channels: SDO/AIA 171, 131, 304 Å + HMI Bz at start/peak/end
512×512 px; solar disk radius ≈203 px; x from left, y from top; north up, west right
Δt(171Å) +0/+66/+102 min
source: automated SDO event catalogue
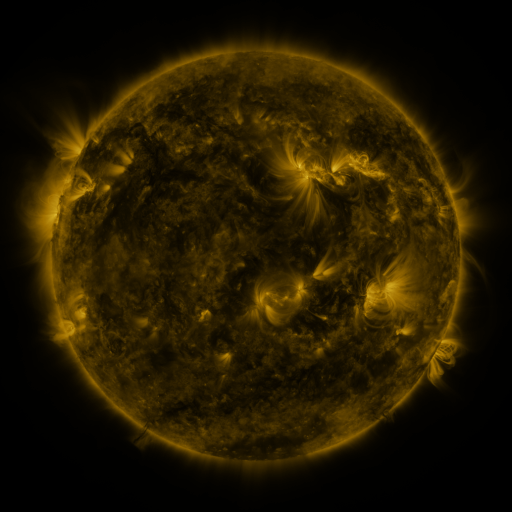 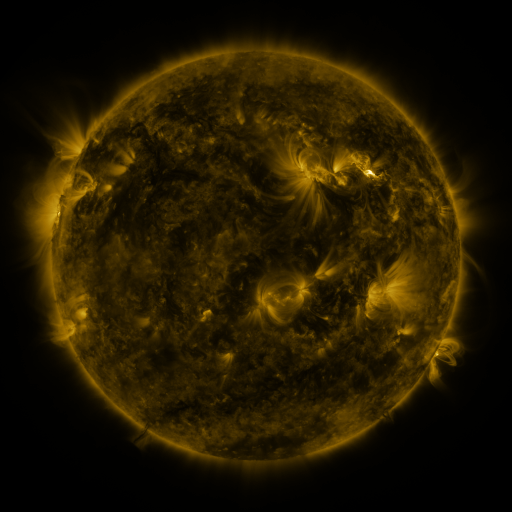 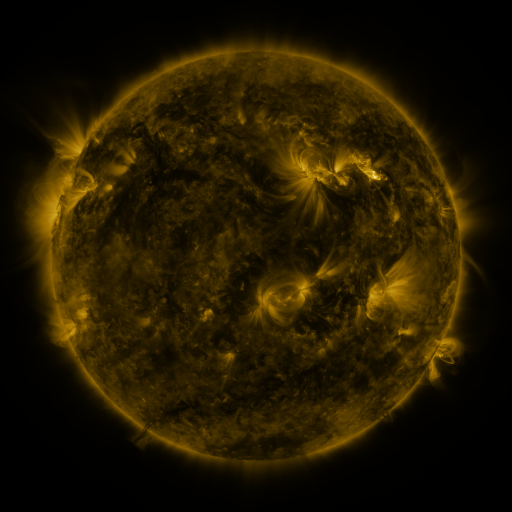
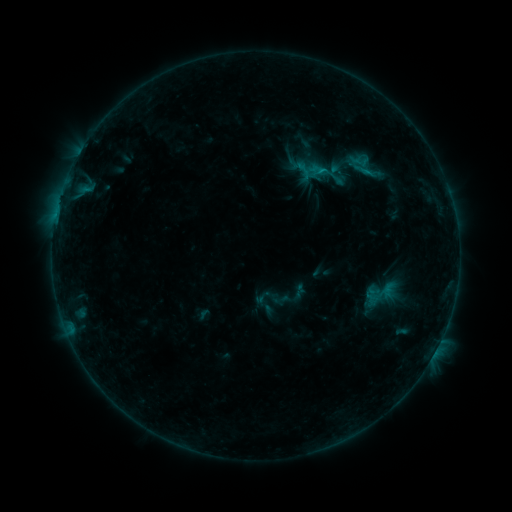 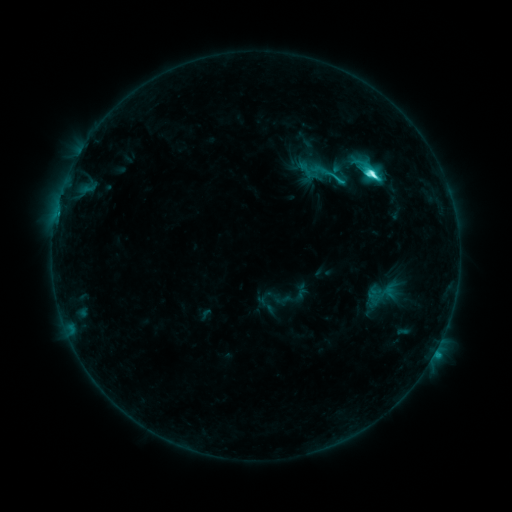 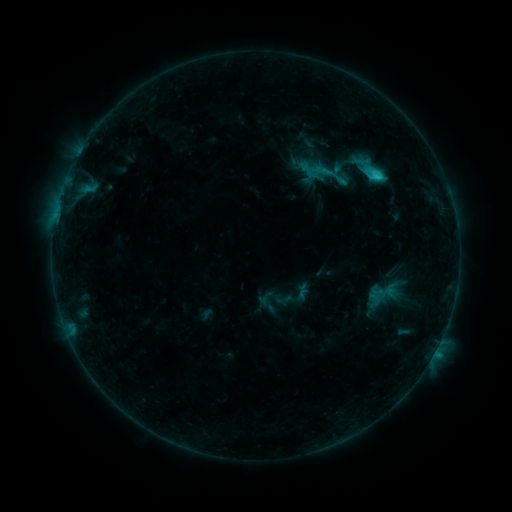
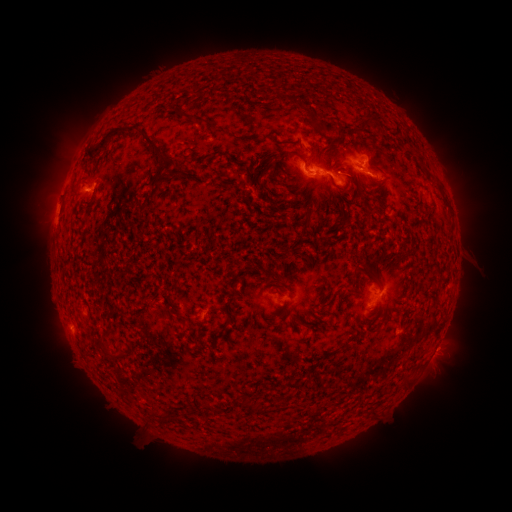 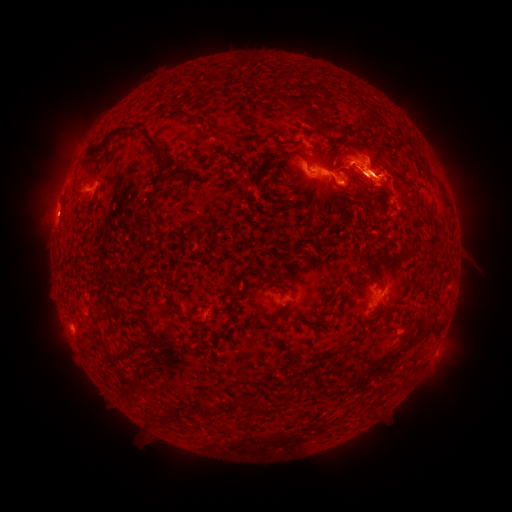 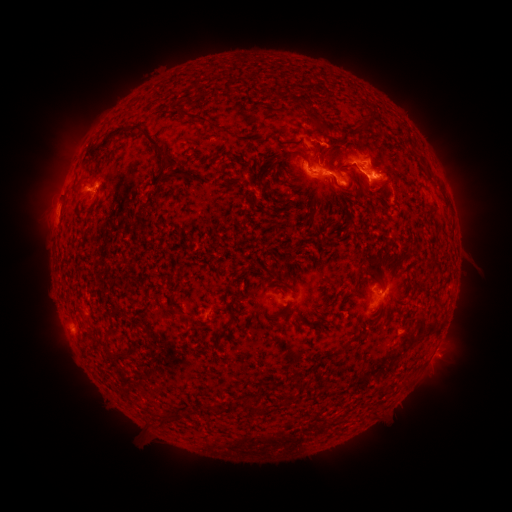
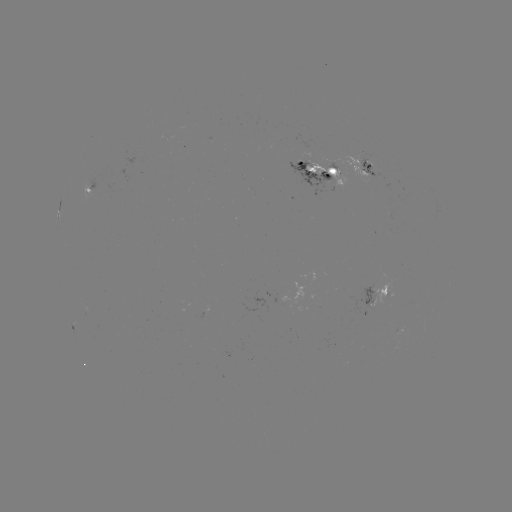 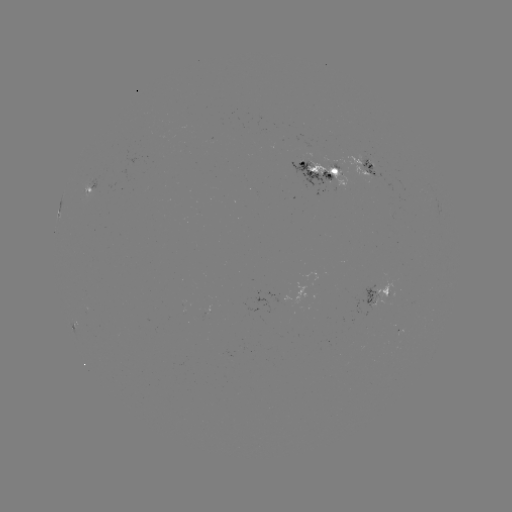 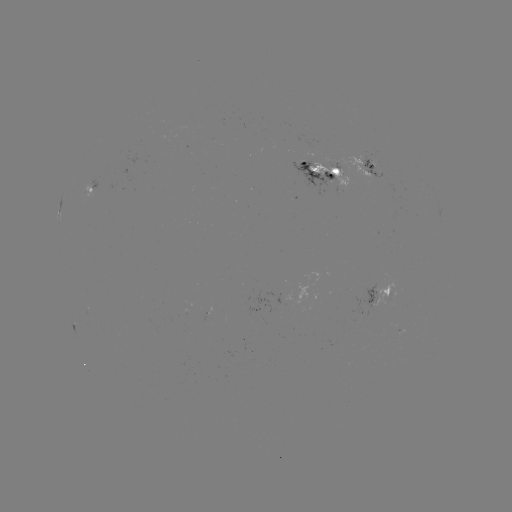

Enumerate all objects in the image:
C8.1 flare: (369, 173)
